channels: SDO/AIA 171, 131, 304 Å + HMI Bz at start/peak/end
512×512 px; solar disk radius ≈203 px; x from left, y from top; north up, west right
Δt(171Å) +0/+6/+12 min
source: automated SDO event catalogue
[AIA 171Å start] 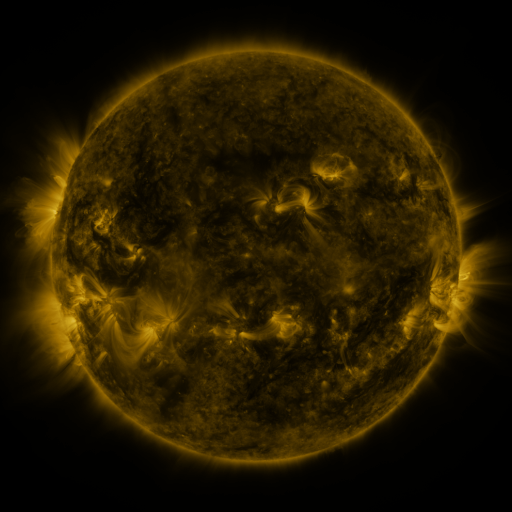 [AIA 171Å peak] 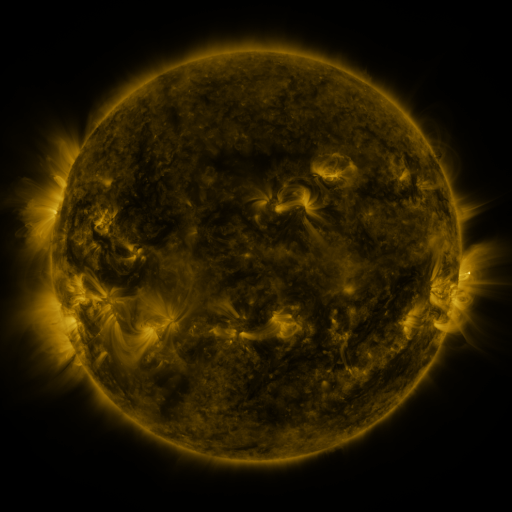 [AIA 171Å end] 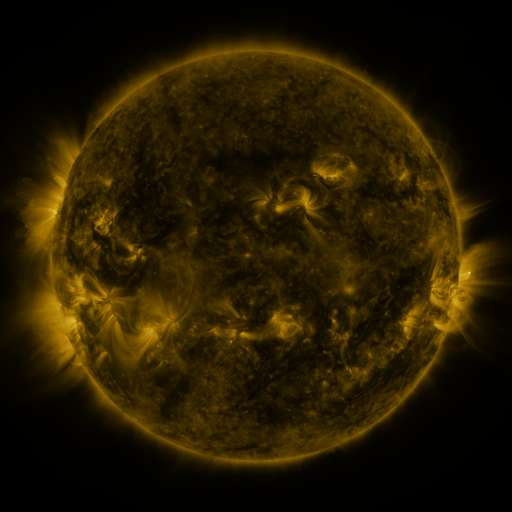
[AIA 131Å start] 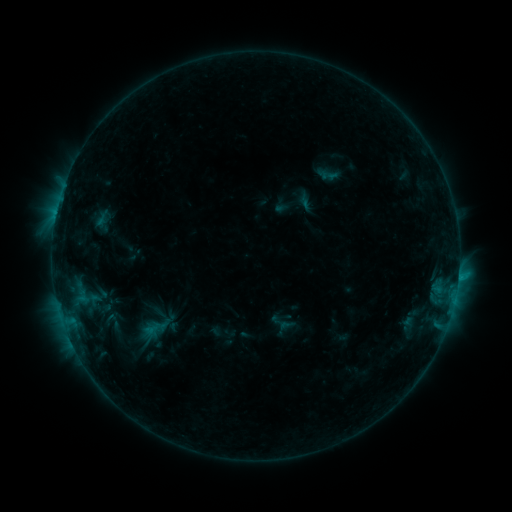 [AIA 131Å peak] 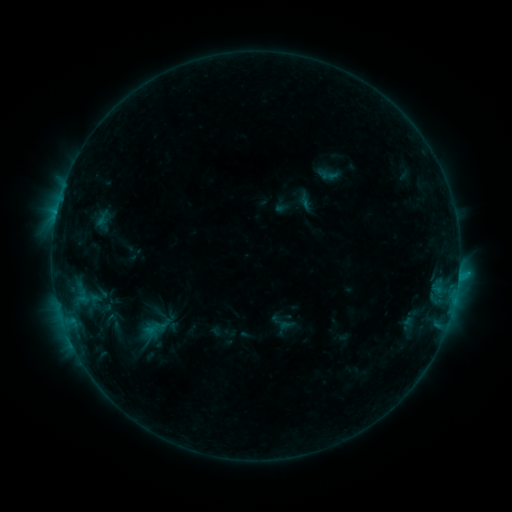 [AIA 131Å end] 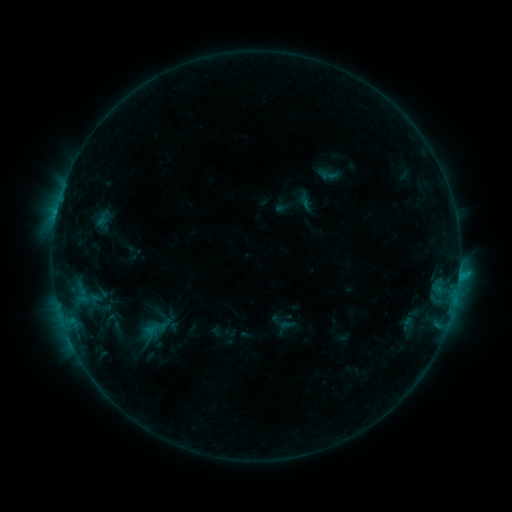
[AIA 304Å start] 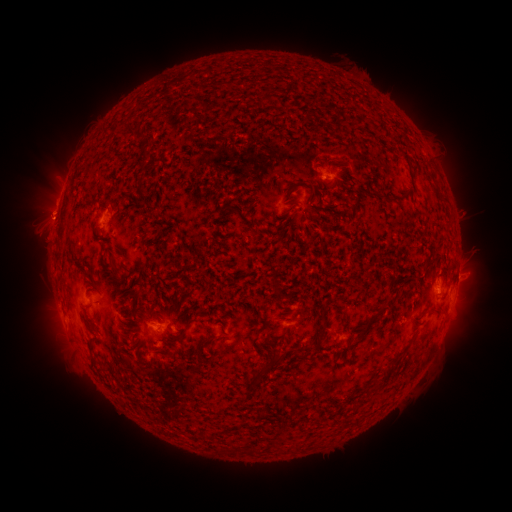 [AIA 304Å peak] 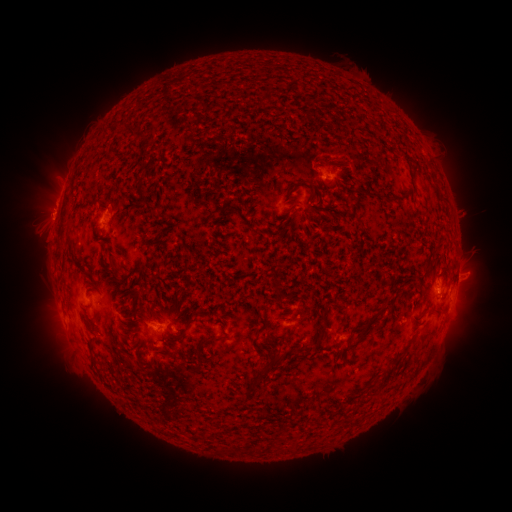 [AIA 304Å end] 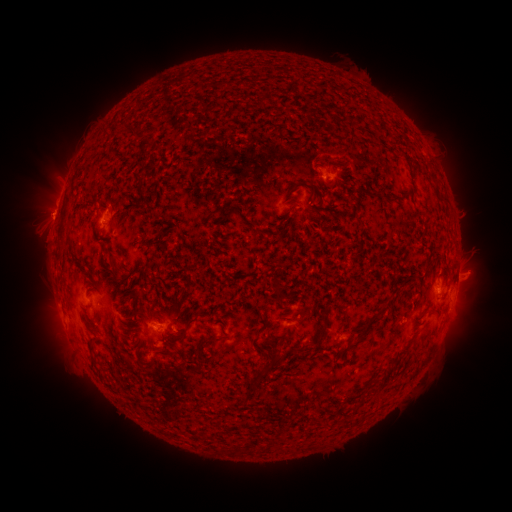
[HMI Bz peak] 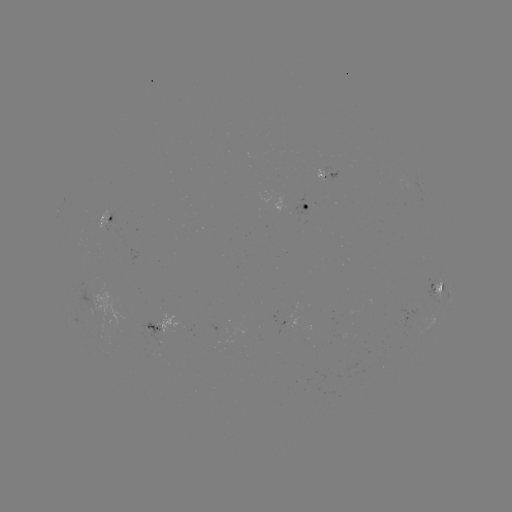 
no flare in any classed list; no EUV-trigger detection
